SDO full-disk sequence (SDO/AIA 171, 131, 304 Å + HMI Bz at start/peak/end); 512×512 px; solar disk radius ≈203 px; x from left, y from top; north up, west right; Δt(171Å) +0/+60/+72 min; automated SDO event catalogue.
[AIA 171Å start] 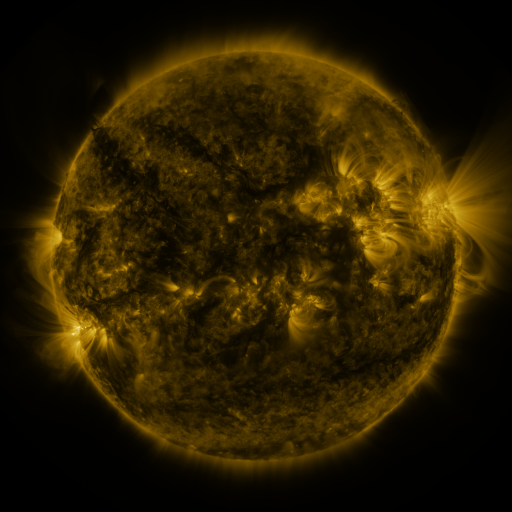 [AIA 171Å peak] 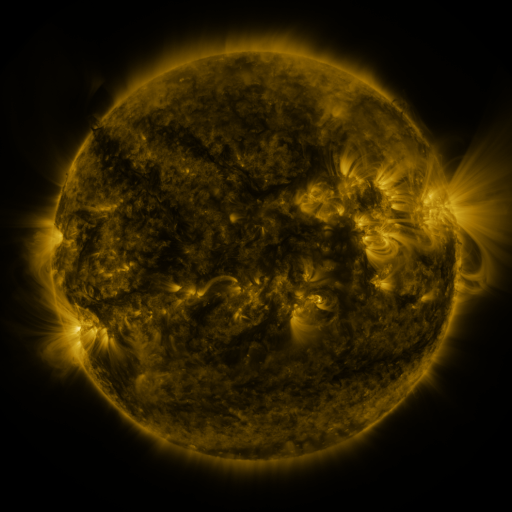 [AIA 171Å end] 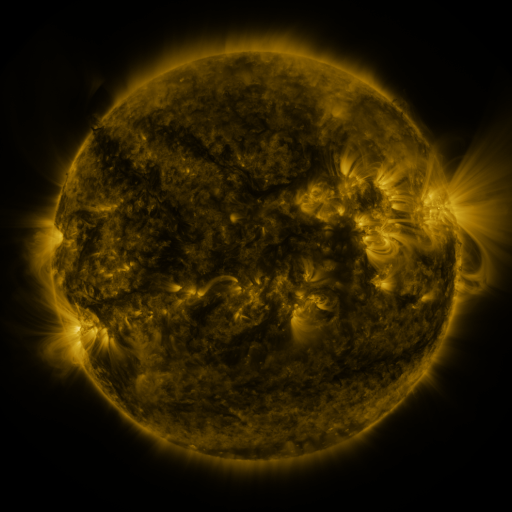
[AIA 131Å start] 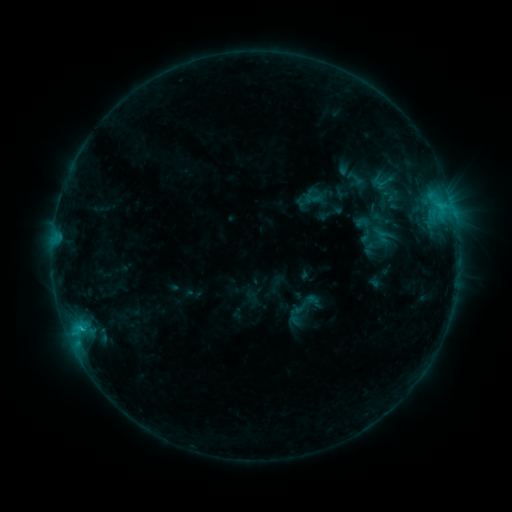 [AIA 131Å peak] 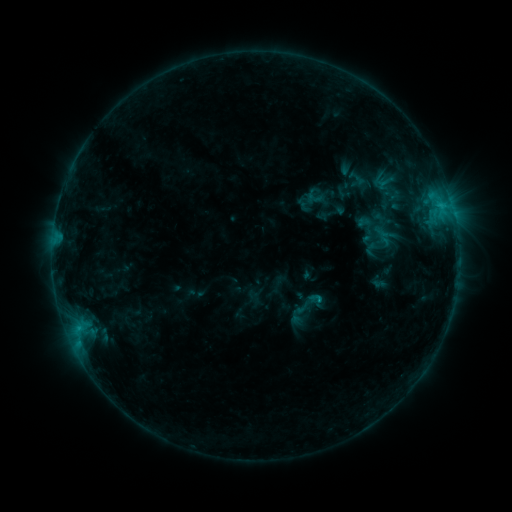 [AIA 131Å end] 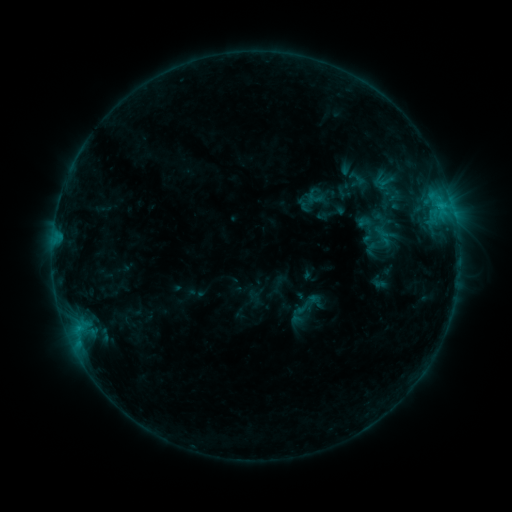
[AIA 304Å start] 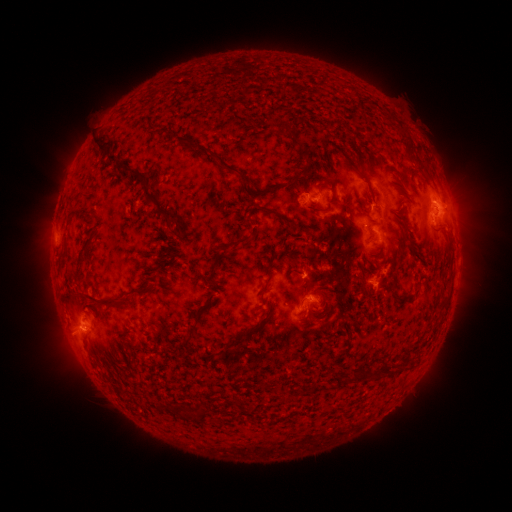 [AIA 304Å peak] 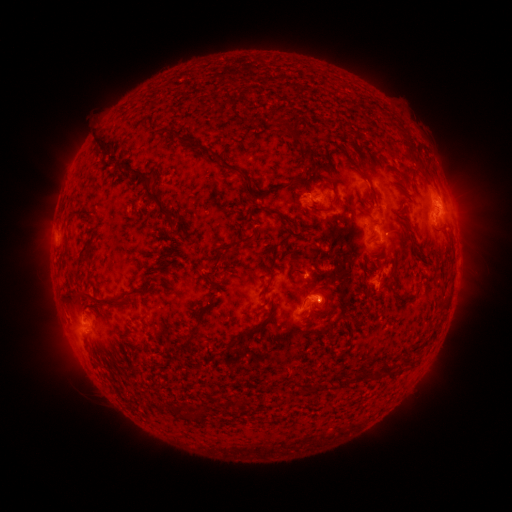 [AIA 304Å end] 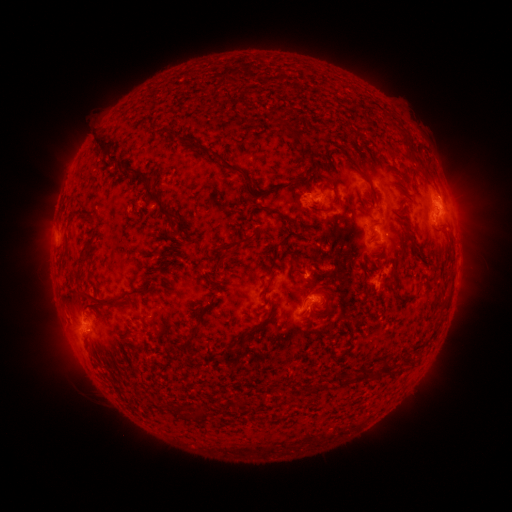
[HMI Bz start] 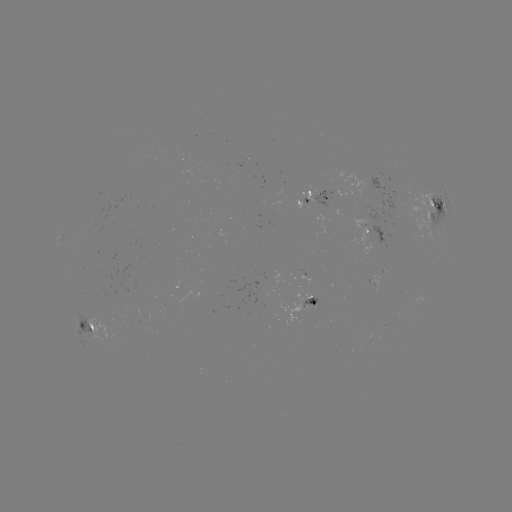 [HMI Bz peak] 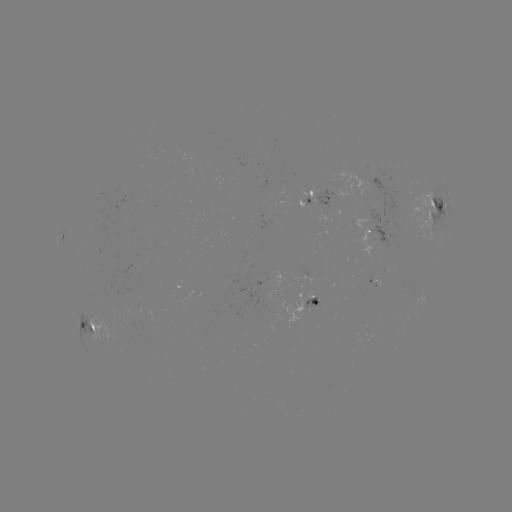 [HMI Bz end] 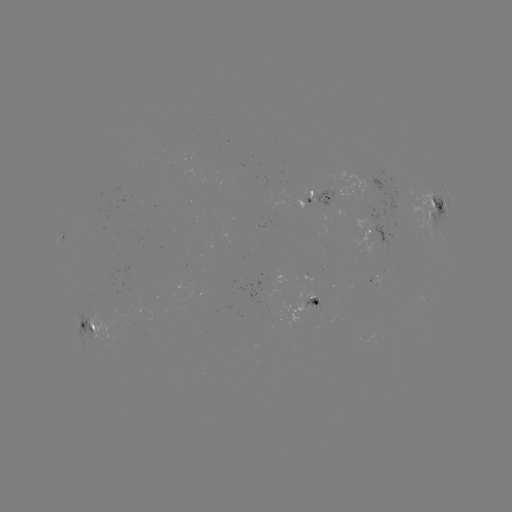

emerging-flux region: (144, 309, 156, 321)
